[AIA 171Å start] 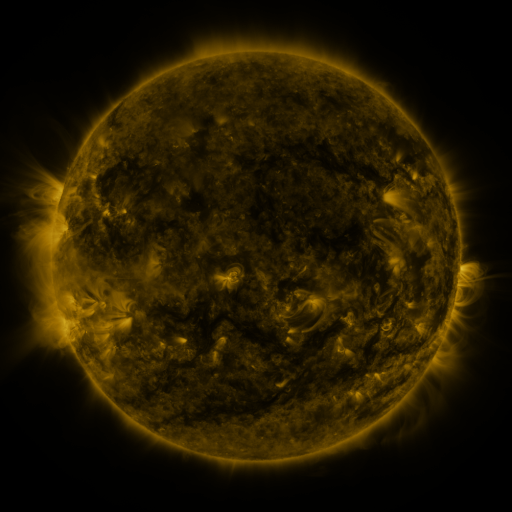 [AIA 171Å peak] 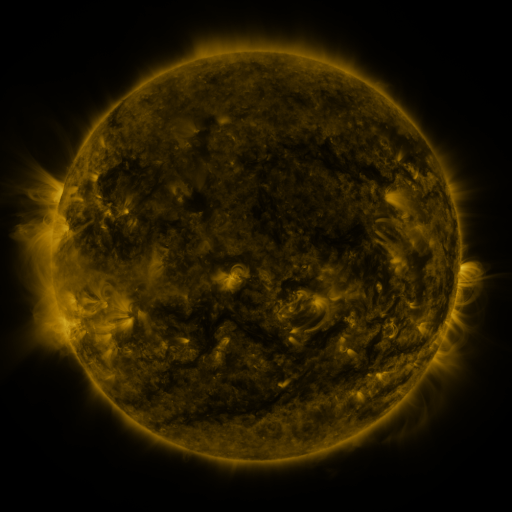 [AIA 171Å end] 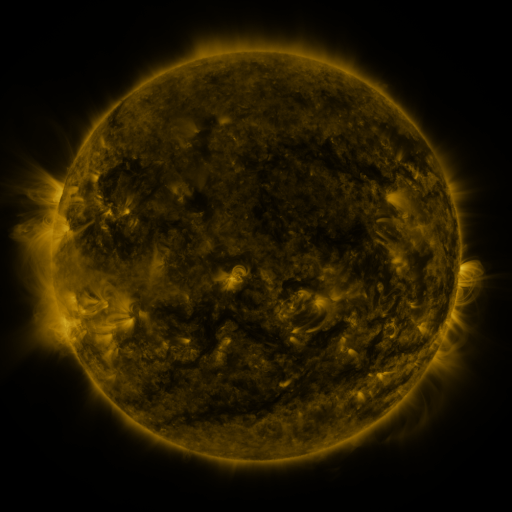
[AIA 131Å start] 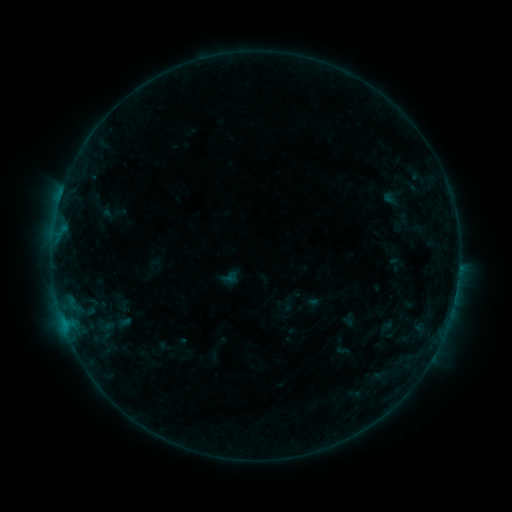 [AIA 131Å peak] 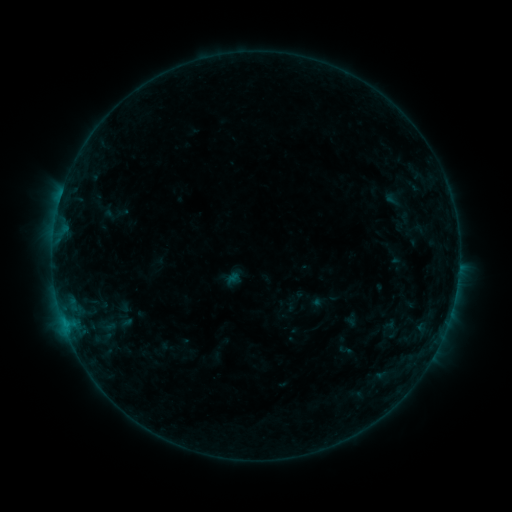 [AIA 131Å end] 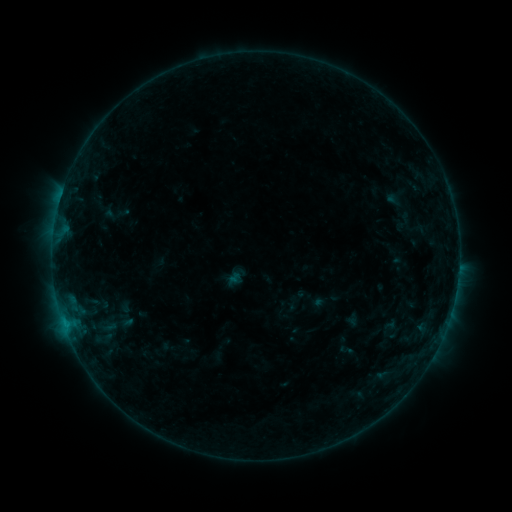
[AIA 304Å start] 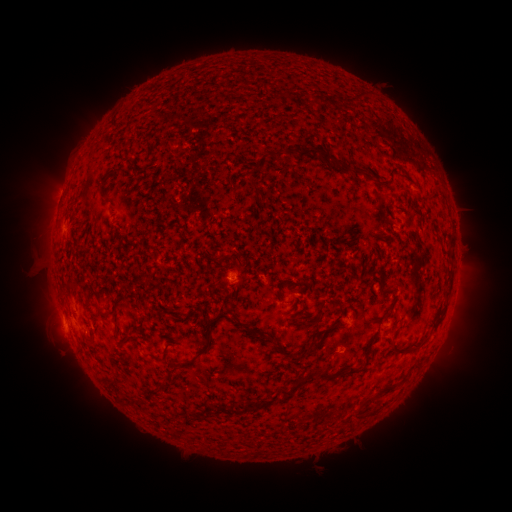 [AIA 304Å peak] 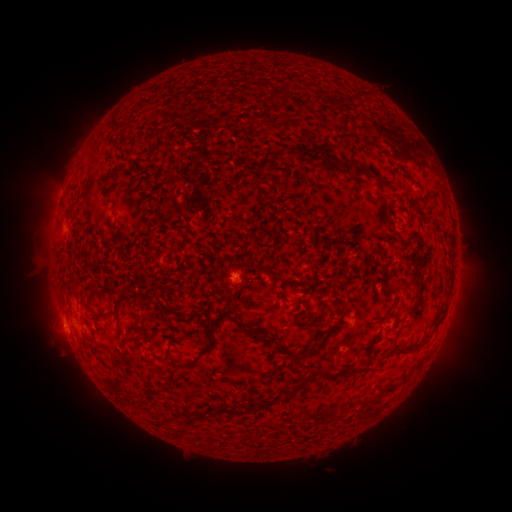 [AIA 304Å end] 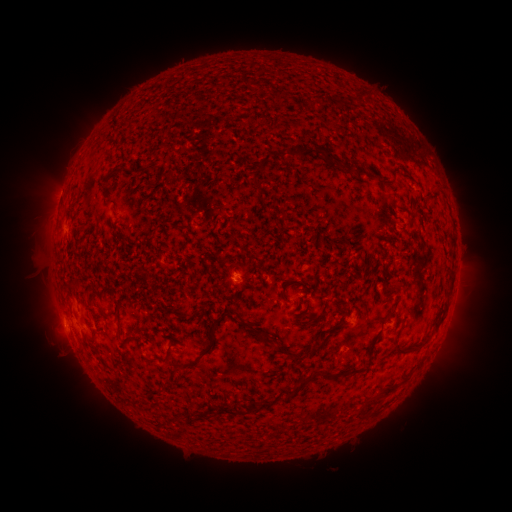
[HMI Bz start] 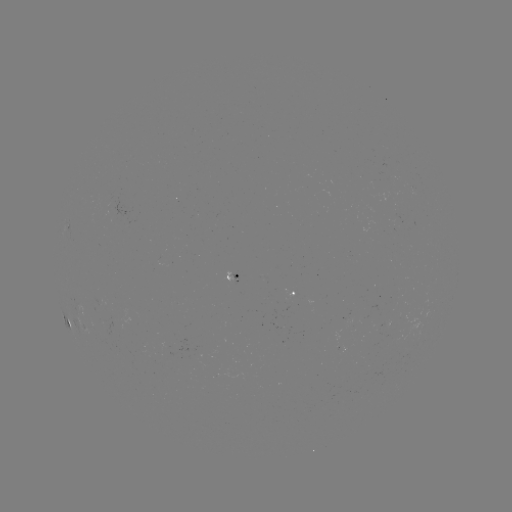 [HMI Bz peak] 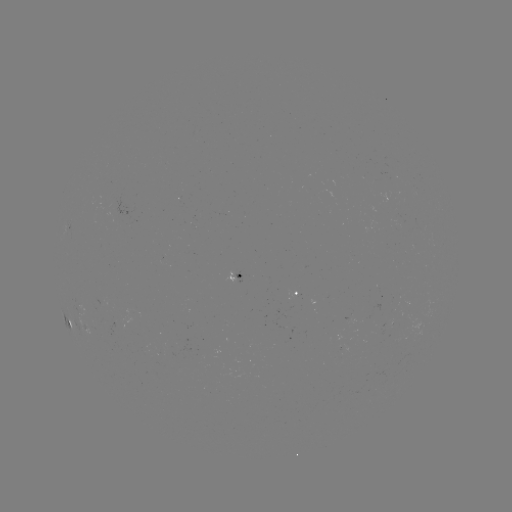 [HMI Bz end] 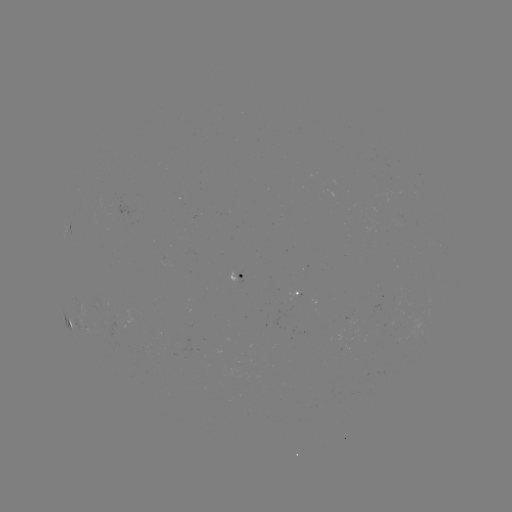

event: emerging-flux region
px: (235, 275)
